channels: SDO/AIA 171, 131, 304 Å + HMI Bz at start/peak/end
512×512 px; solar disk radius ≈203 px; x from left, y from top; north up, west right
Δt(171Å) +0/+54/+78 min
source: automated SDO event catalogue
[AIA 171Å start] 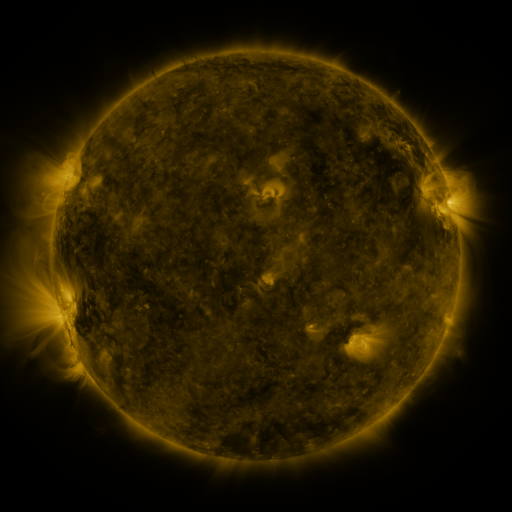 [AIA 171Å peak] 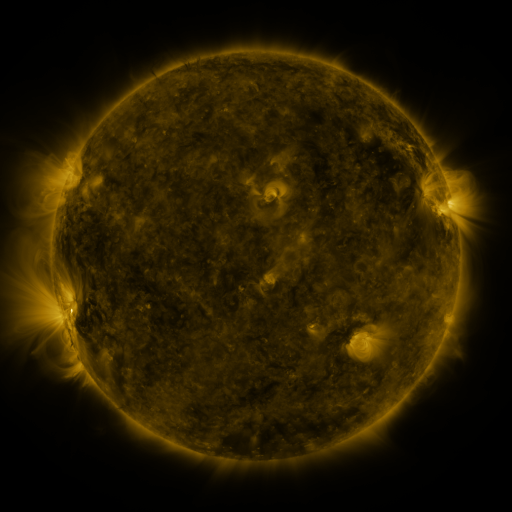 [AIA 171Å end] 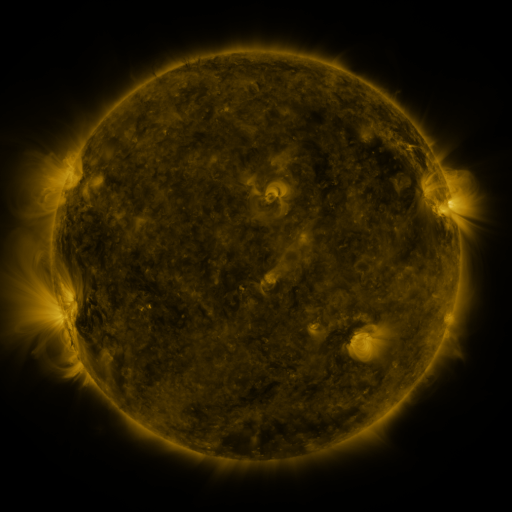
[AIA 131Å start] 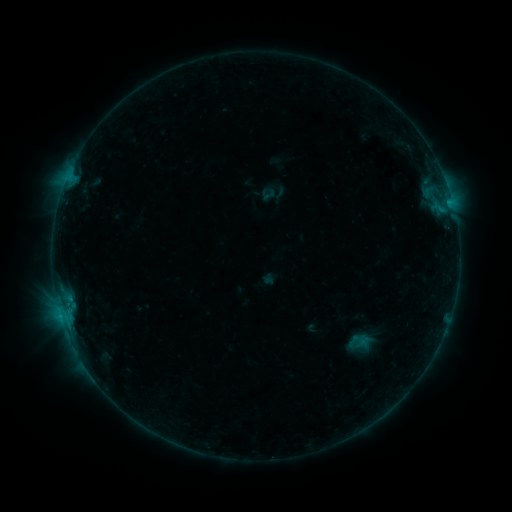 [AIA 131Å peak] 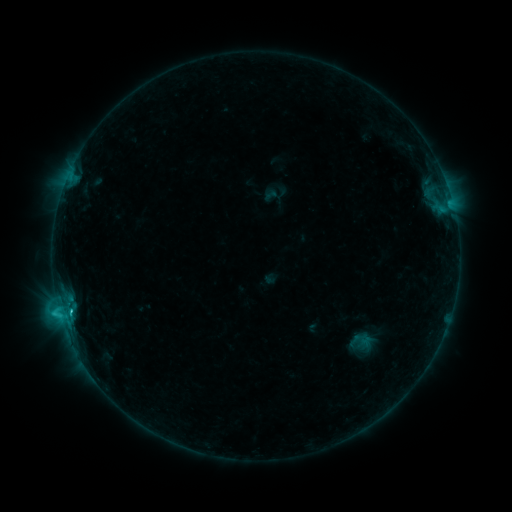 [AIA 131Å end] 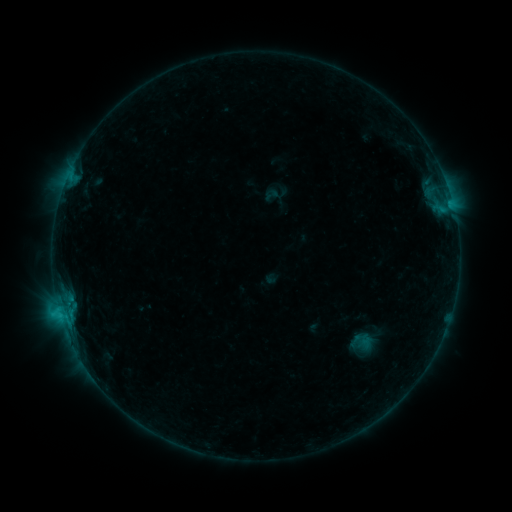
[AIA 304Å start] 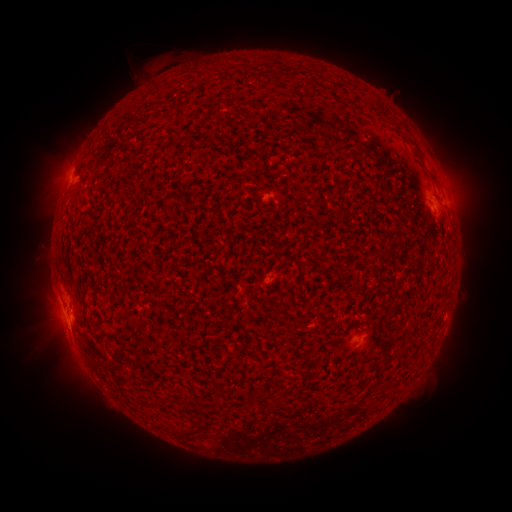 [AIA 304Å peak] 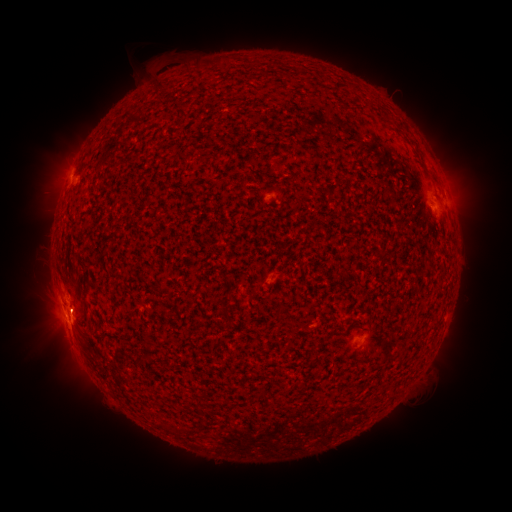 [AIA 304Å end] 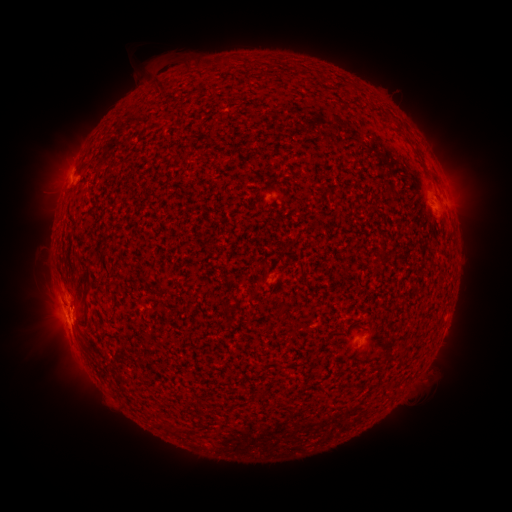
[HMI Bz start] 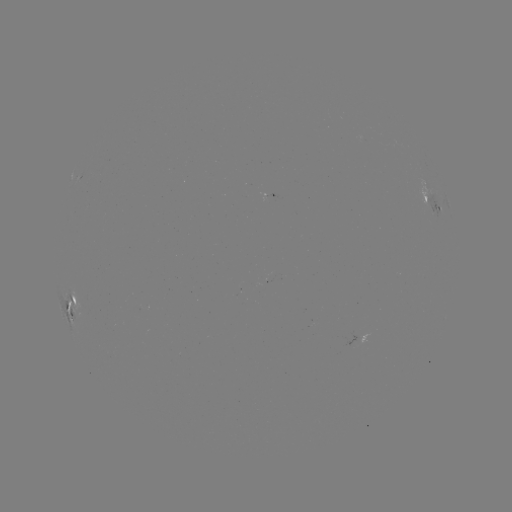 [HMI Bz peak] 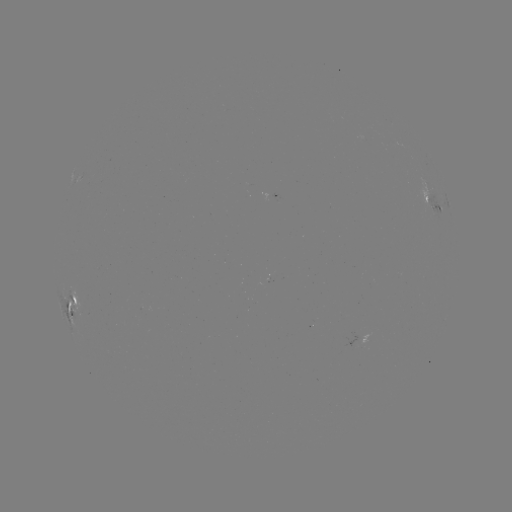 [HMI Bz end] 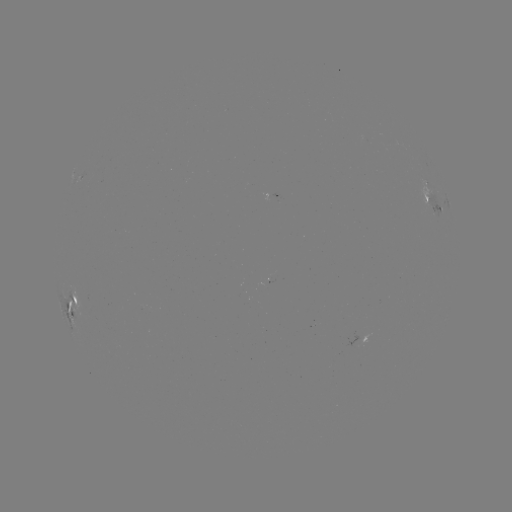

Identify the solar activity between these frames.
C1.6 flare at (59, 307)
